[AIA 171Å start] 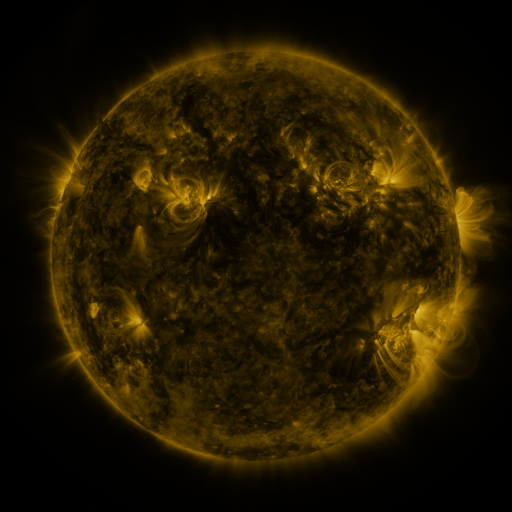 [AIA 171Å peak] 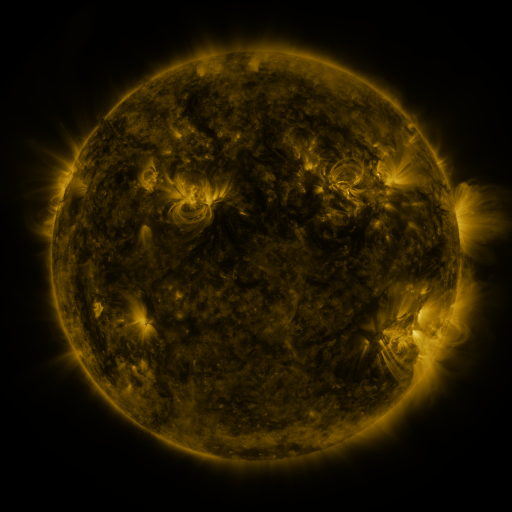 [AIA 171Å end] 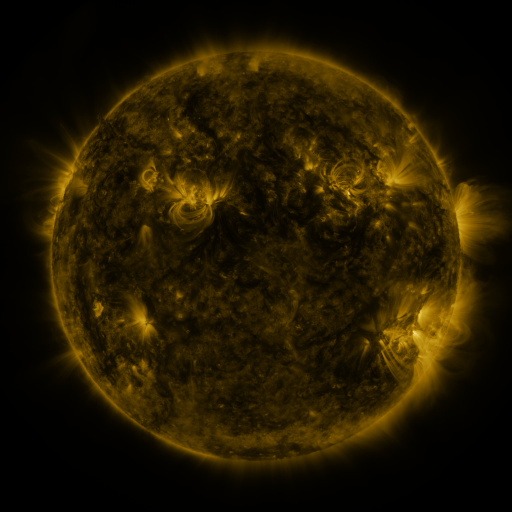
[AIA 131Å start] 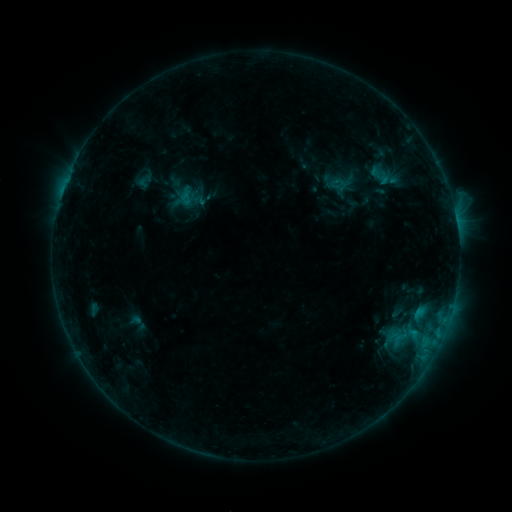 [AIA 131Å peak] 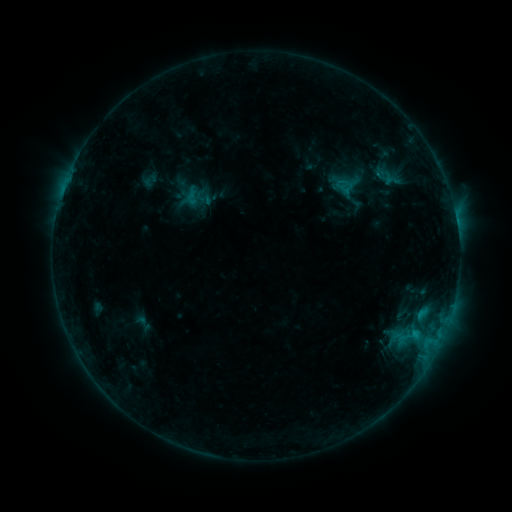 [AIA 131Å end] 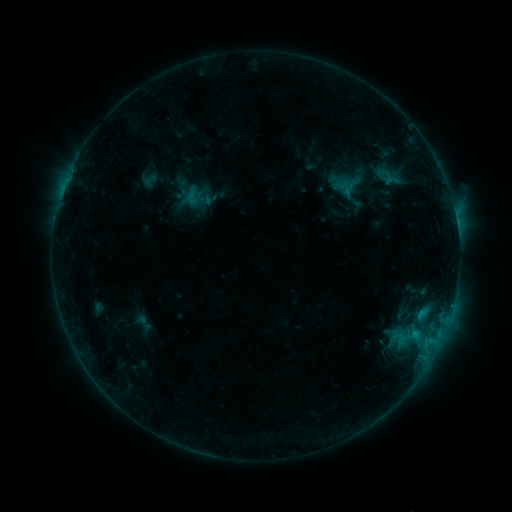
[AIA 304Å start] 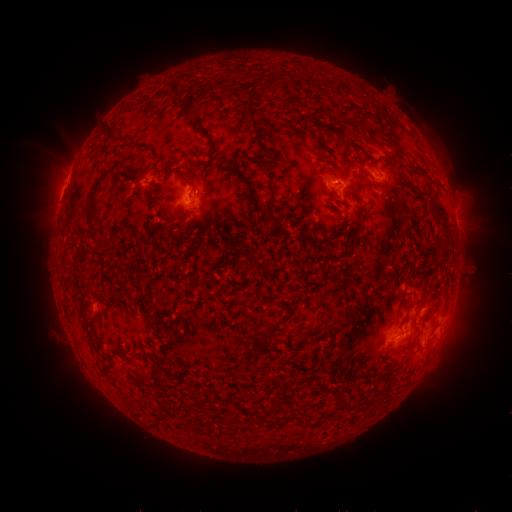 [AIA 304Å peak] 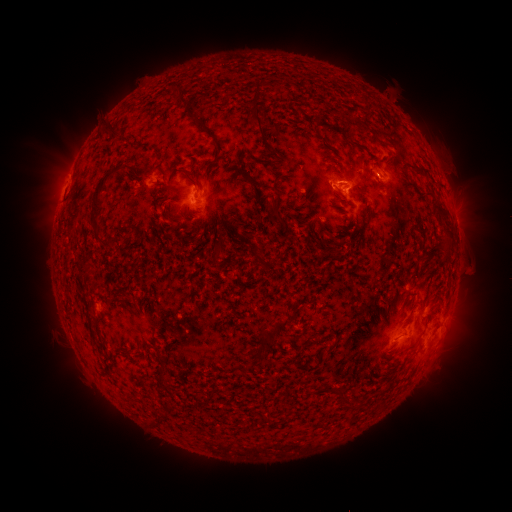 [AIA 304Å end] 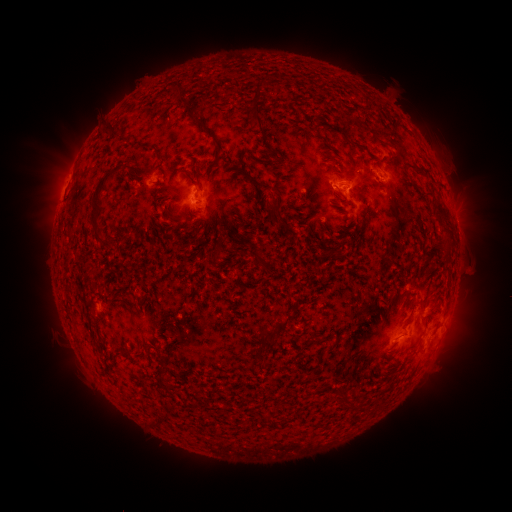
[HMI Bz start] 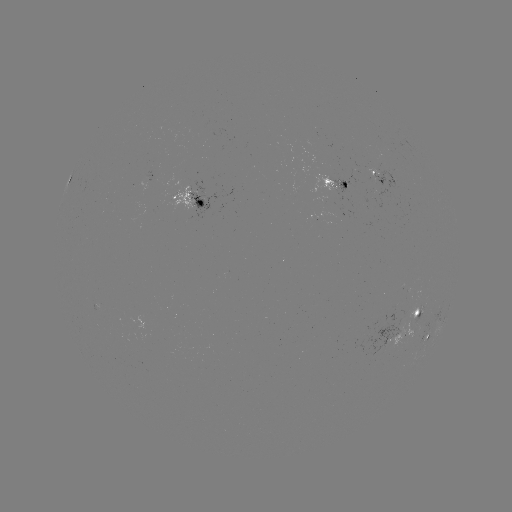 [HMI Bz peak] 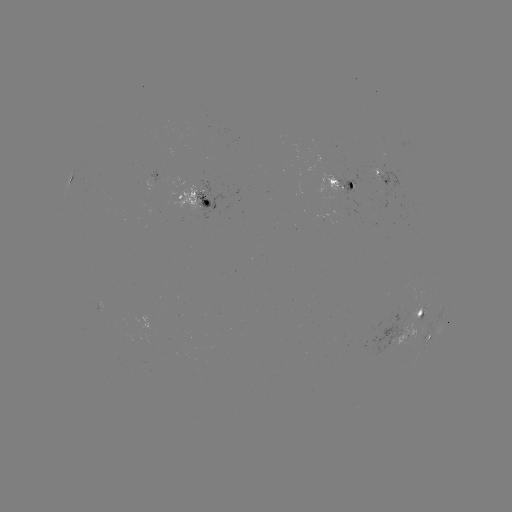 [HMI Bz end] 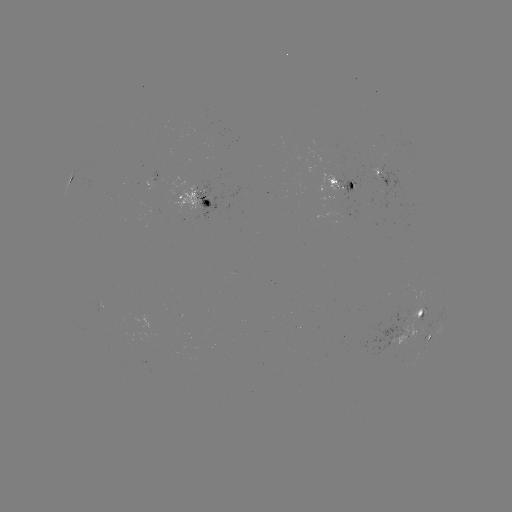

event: emerging-flux region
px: (182, 198)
